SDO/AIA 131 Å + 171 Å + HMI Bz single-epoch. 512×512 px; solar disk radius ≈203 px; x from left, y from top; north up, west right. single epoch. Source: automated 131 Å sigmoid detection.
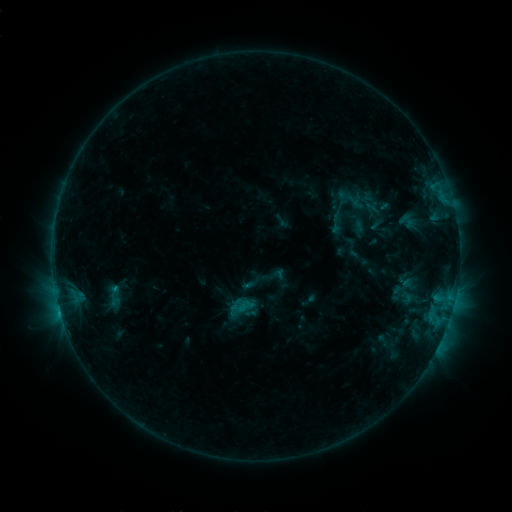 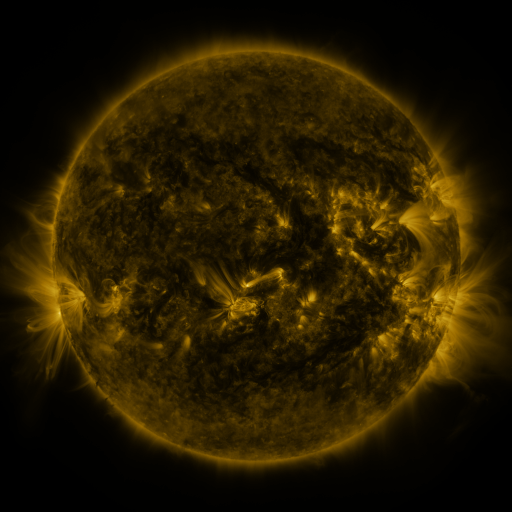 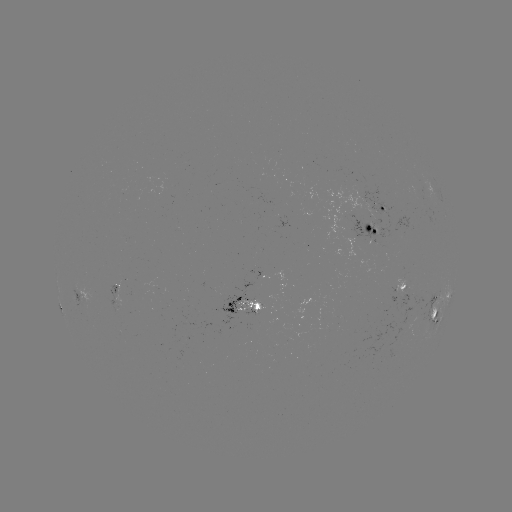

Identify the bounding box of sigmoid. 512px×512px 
[322, 209, 350, 235].